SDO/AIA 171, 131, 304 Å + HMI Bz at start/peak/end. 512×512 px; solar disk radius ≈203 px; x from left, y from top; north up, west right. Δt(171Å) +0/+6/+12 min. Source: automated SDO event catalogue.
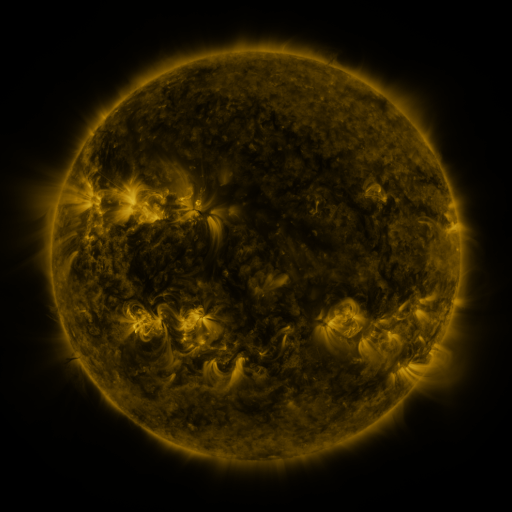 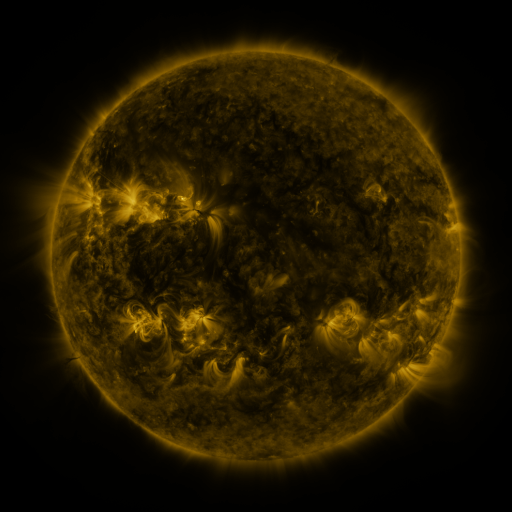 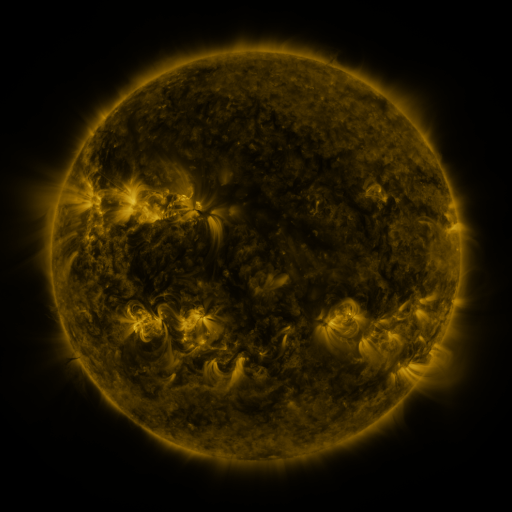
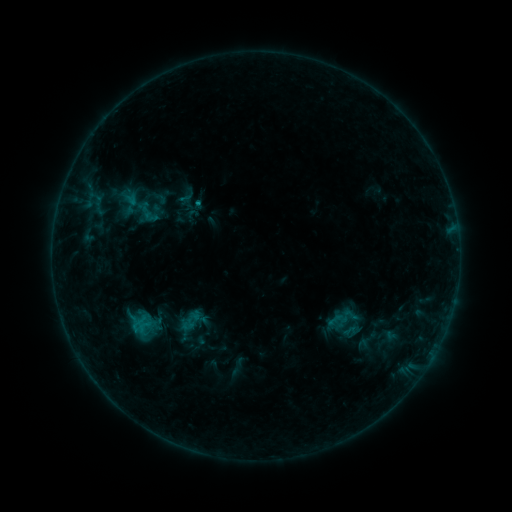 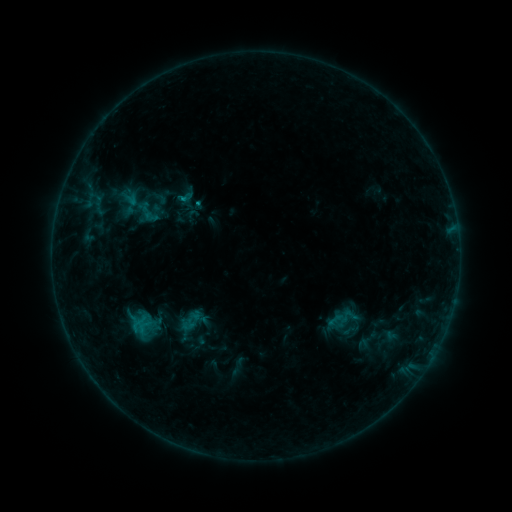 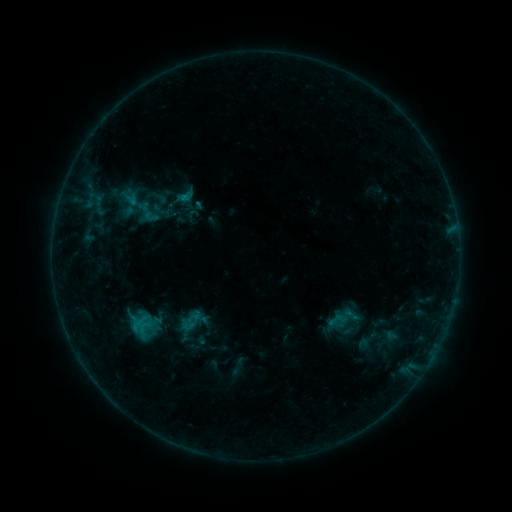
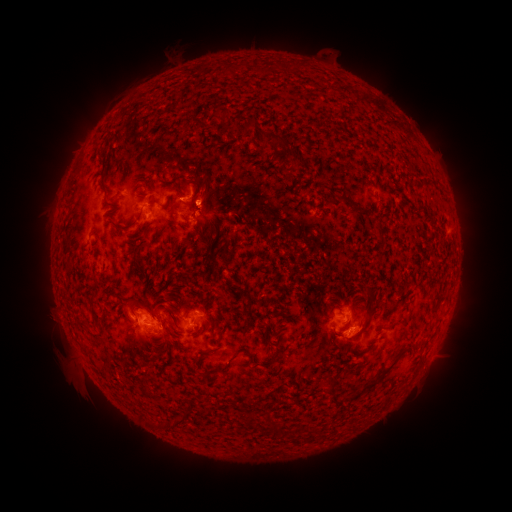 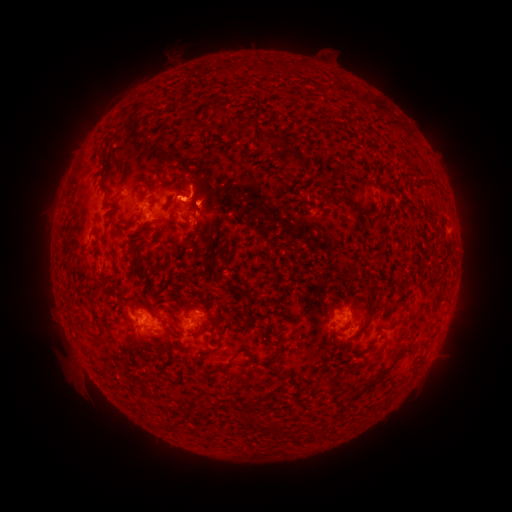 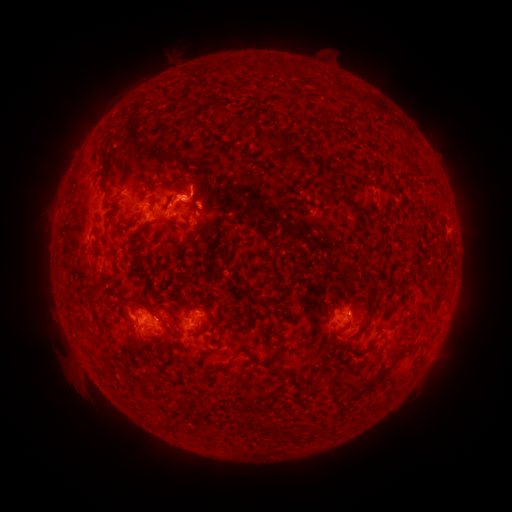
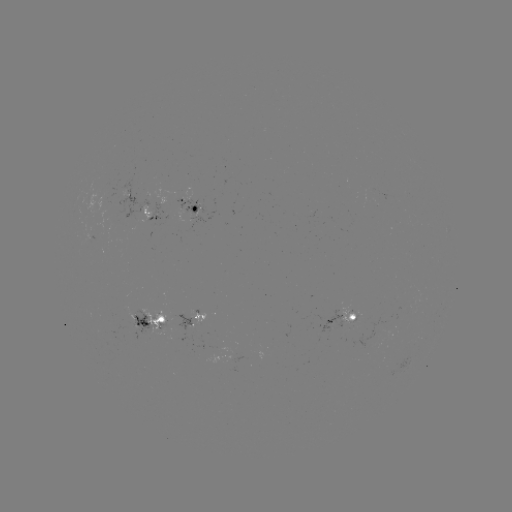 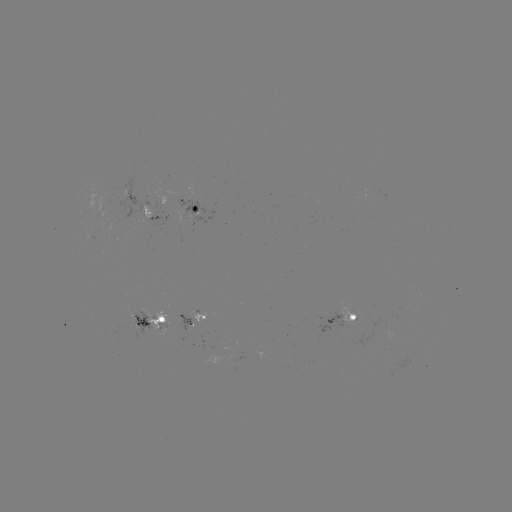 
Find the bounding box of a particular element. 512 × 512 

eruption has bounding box [156, 165, 206, 228].